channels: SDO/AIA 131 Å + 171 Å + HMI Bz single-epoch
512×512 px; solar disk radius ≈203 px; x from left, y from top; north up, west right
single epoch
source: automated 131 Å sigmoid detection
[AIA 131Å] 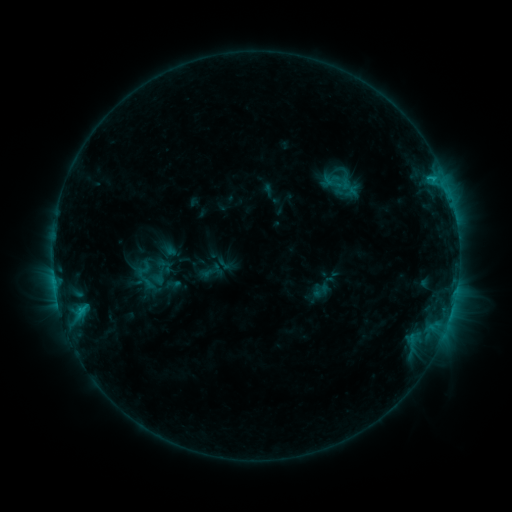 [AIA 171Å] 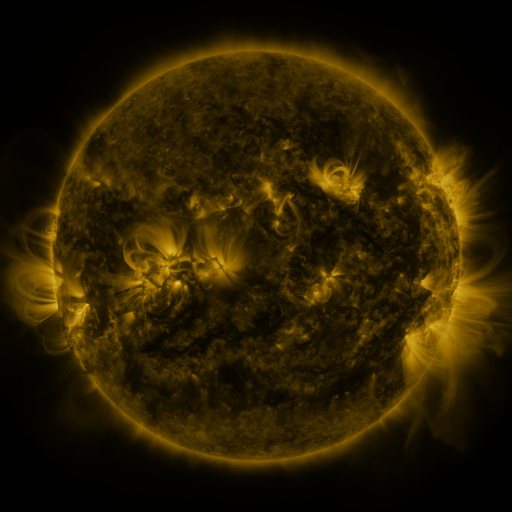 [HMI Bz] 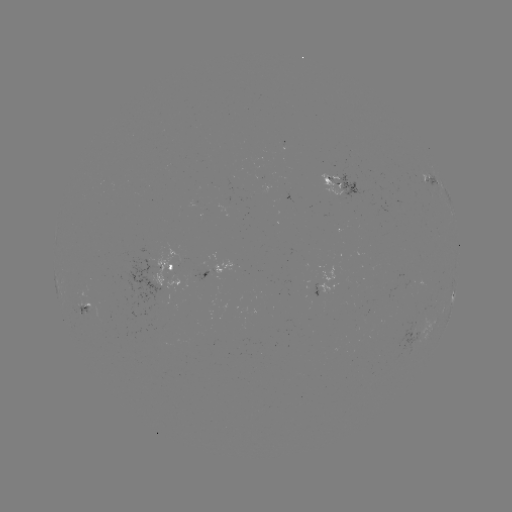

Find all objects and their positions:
sigmoid: (144, 269)
